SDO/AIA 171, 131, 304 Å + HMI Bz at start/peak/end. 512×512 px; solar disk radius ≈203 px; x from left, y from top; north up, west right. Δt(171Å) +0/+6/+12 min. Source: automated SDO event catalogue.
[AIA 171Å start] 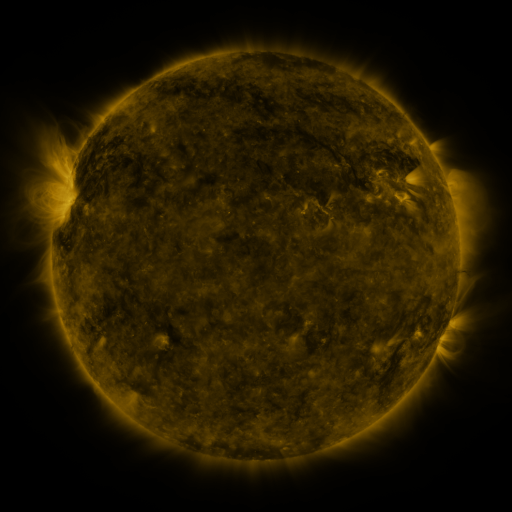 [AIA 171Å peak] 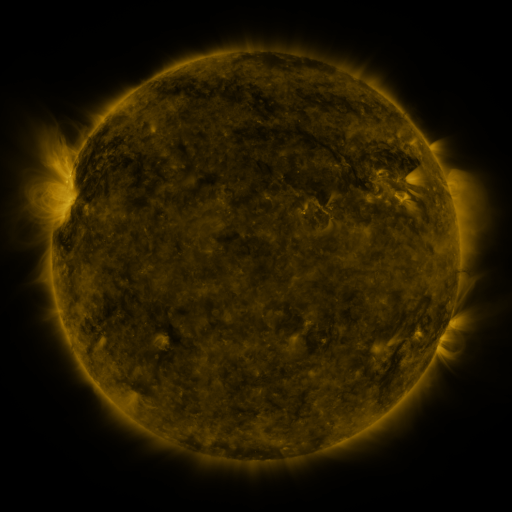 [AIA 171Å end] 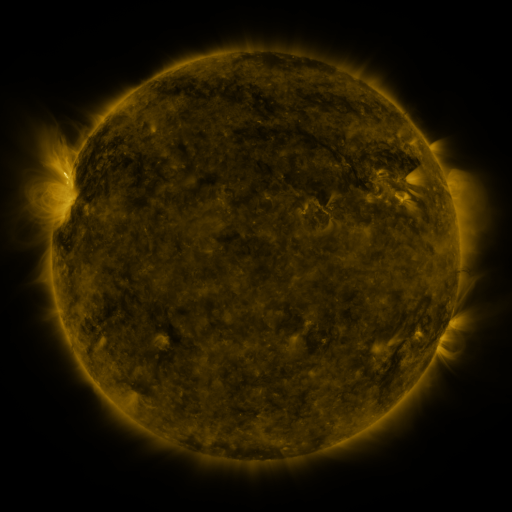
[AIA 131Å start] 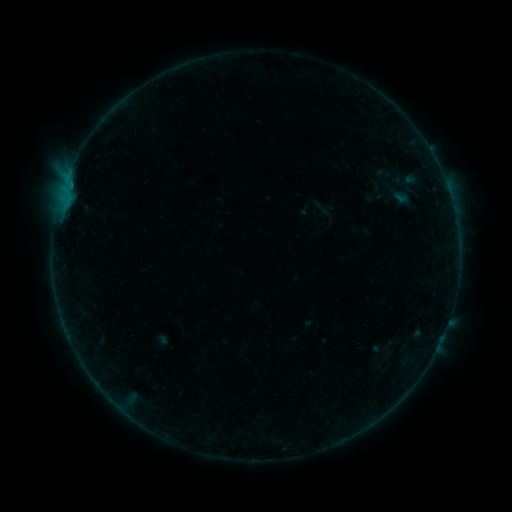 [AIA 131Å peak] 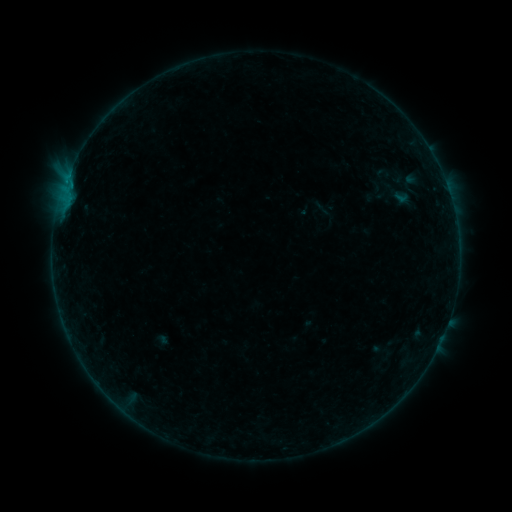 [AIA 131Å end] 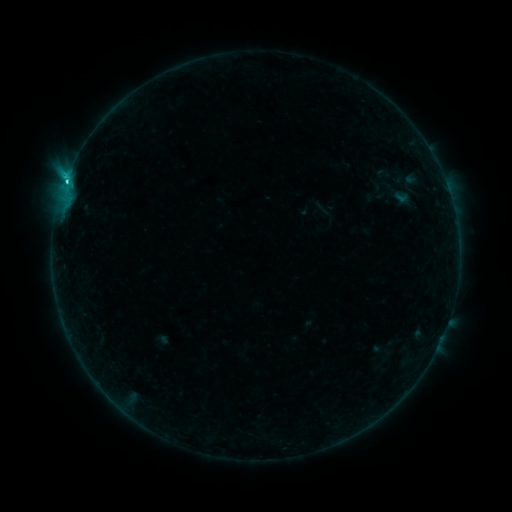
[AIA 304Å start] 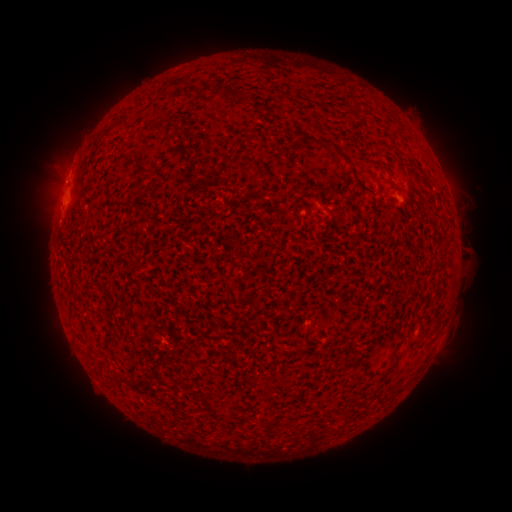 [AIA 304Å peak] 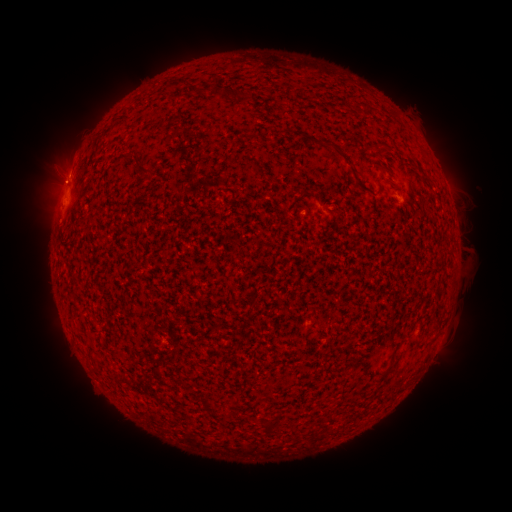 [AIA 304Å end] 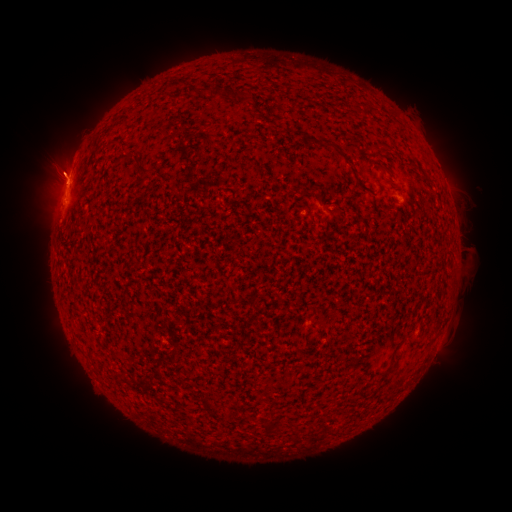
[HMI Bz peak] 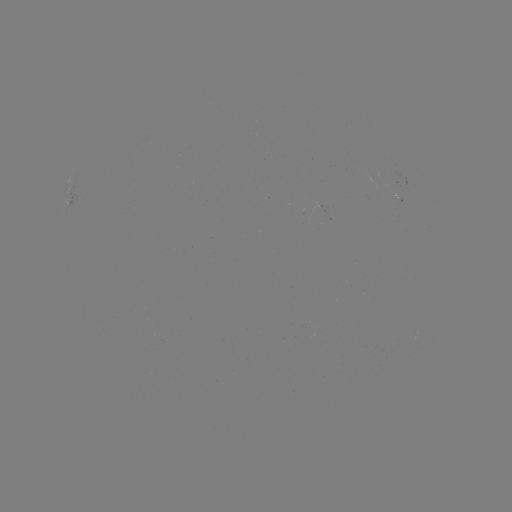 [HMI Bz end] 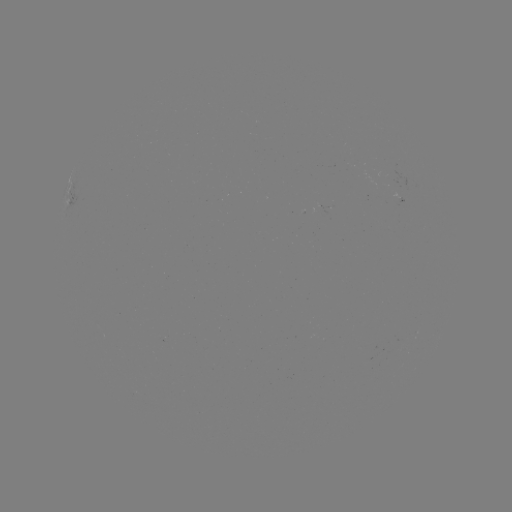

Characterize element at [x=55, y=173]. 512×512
eruption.